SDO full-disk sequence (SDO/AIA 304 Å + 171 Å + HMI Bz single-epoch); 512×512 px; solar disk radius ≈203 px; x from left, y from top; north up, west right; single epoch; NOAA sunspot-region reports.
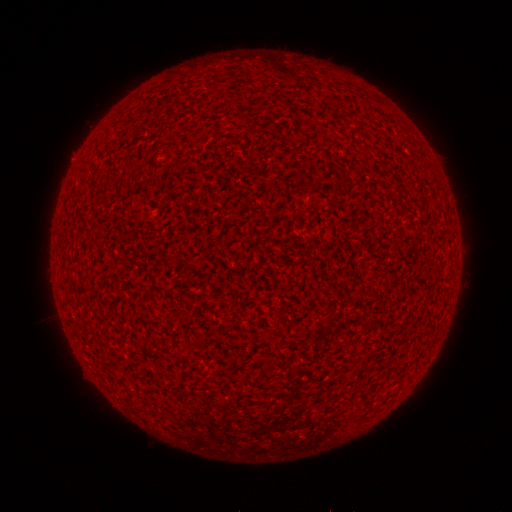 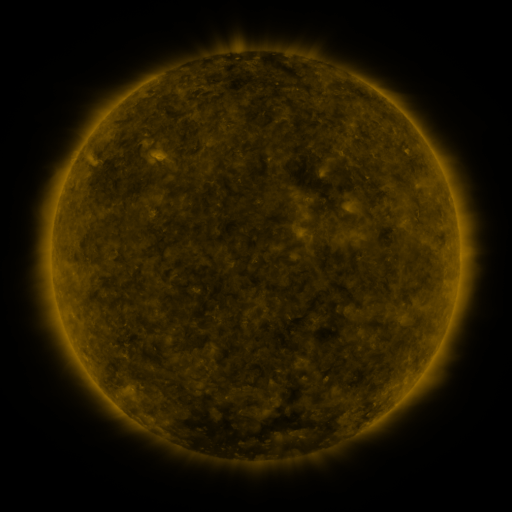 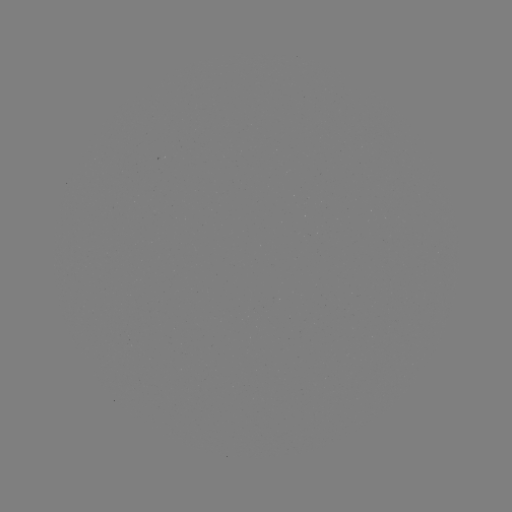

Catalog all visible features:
(none)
